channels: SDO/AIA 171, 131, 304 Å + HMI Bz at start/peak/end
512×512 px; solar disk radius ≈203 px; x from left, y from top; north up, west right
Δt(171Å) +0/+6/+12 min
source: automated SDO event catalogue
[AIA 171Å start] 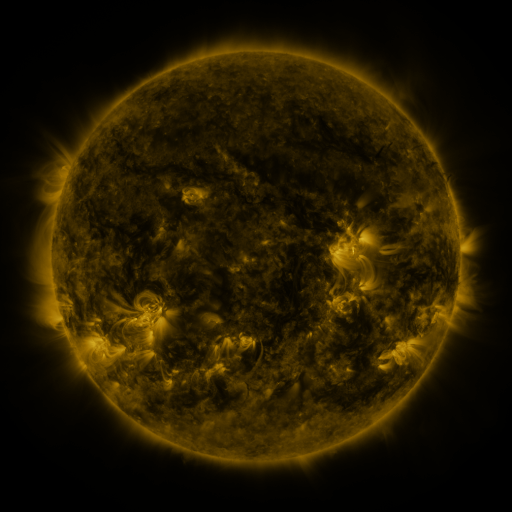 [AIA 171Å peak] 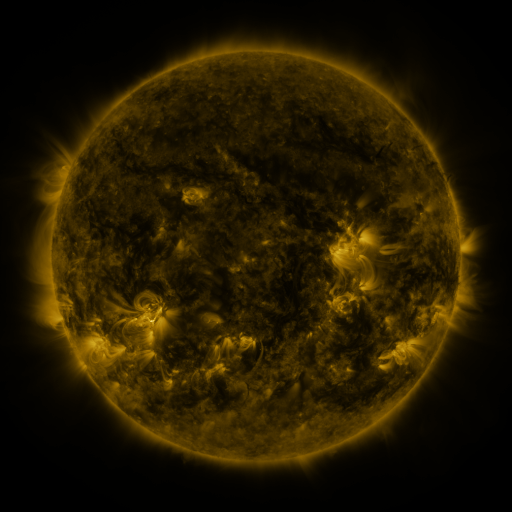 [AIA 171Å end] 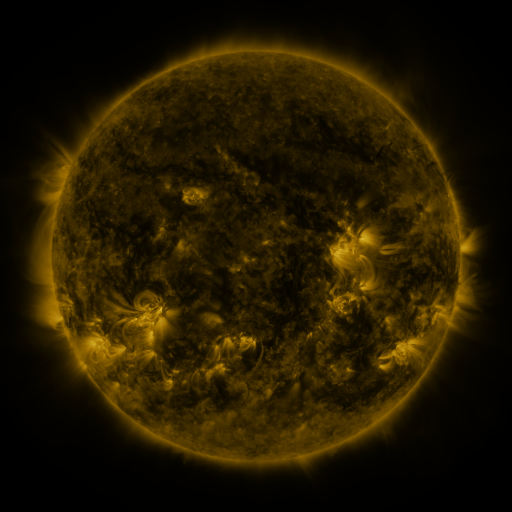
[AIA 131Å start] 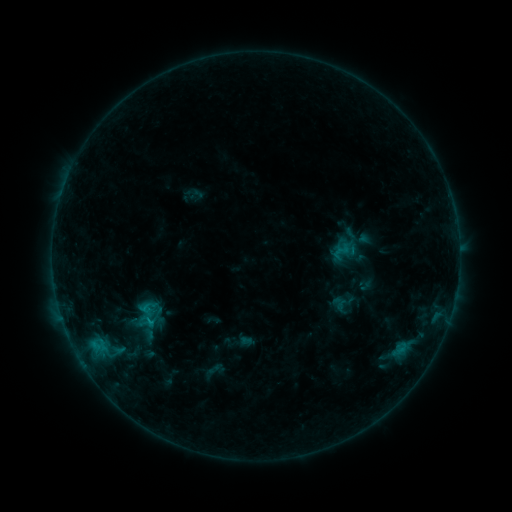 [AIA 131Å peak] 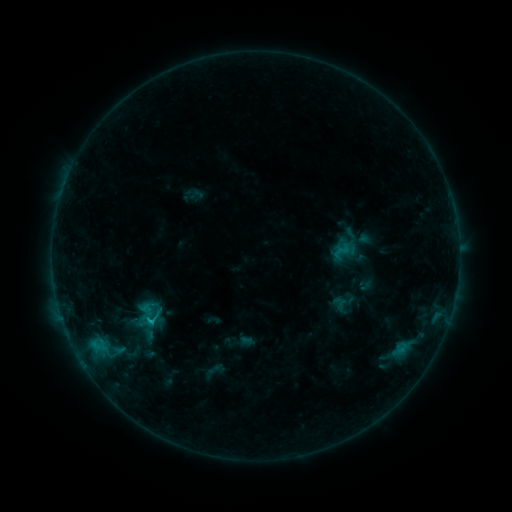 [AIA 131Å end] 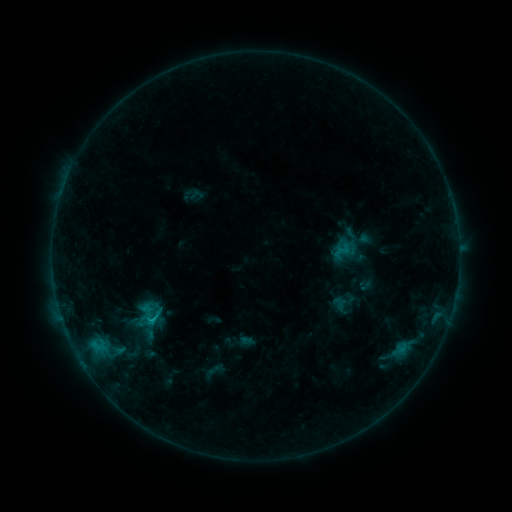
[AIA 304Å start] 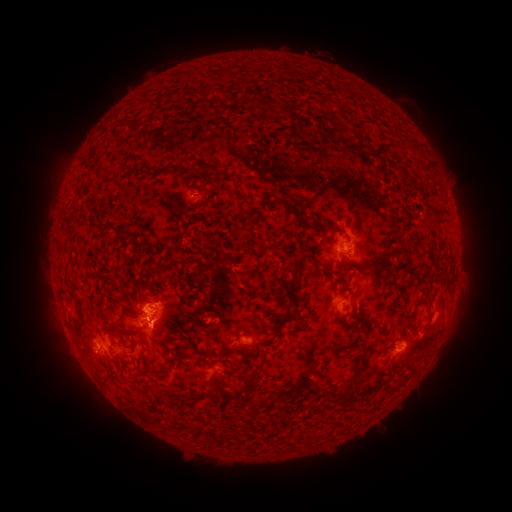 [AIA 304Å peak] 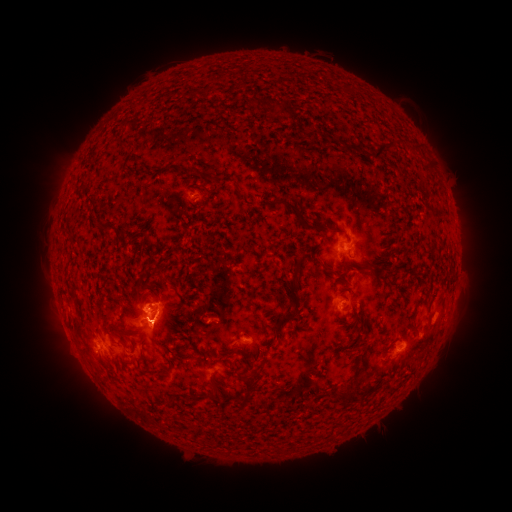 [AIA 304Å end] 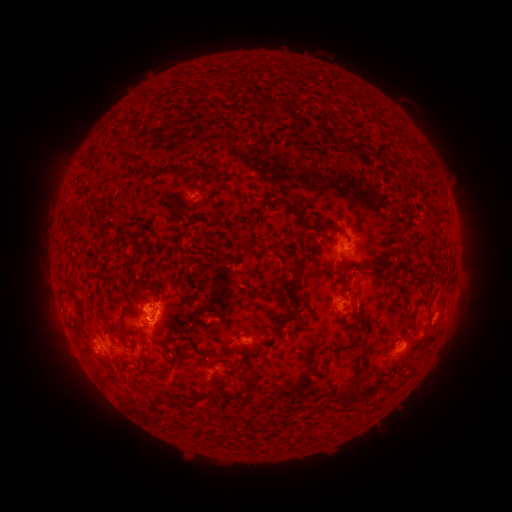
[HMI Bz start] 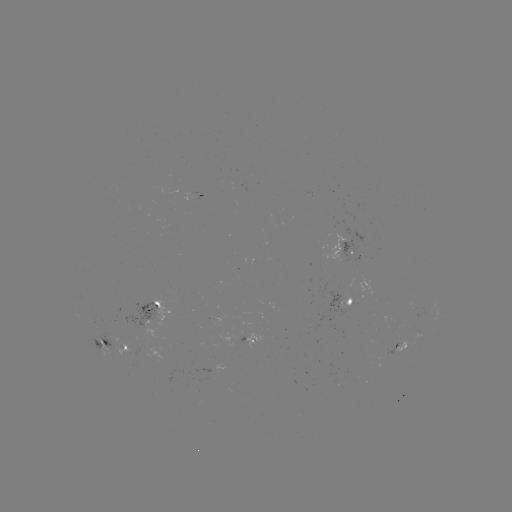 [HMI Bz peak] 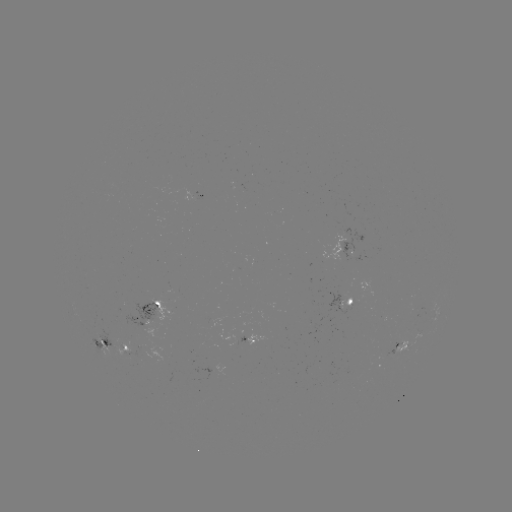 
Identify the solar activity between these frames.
C1.2 flare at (153, 319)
